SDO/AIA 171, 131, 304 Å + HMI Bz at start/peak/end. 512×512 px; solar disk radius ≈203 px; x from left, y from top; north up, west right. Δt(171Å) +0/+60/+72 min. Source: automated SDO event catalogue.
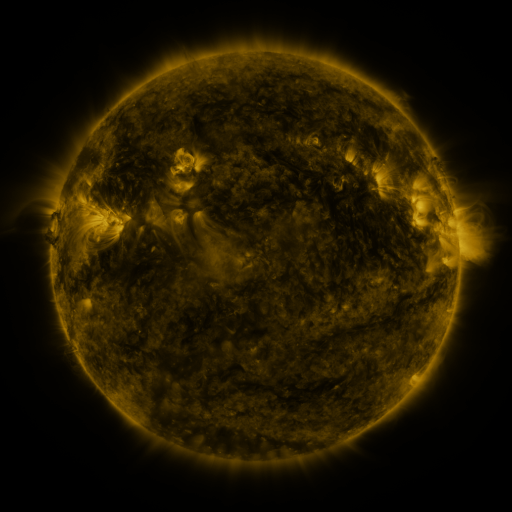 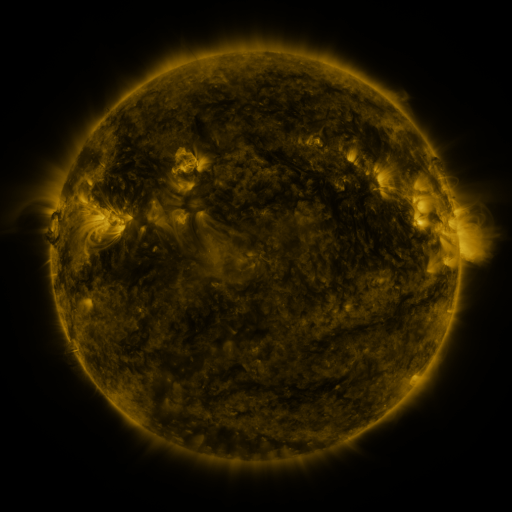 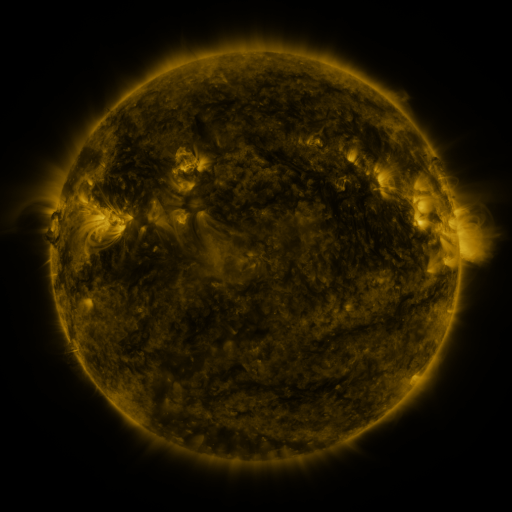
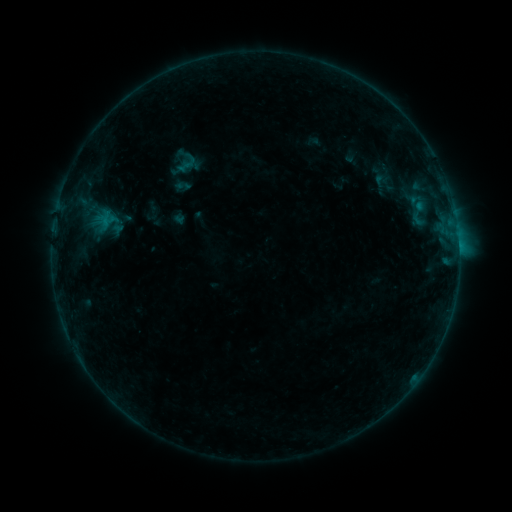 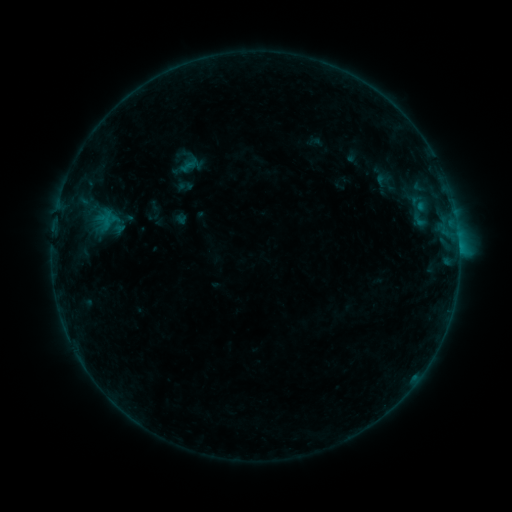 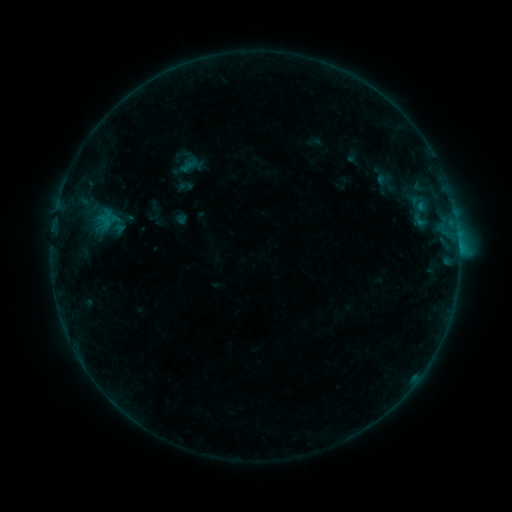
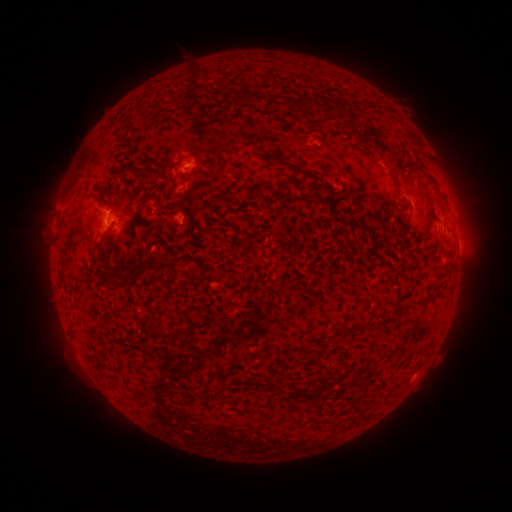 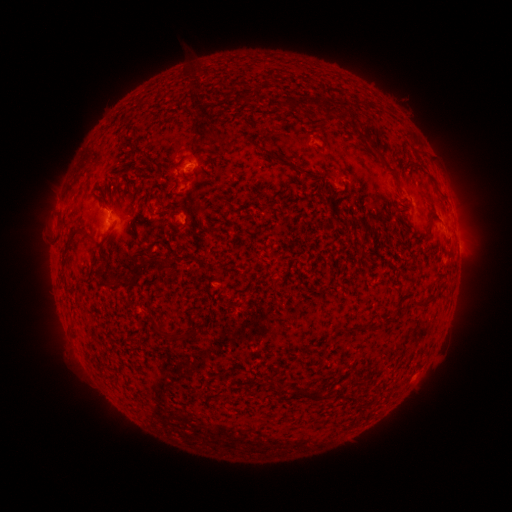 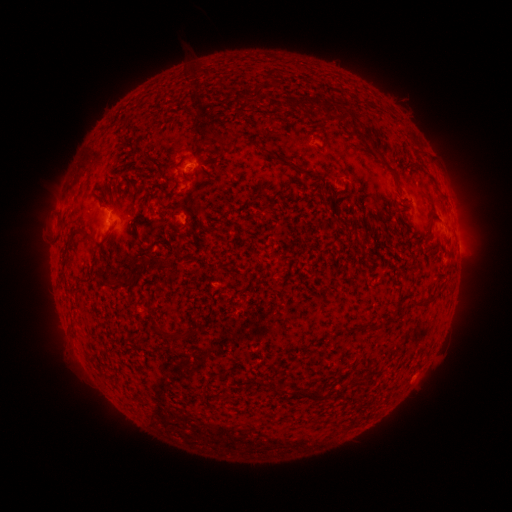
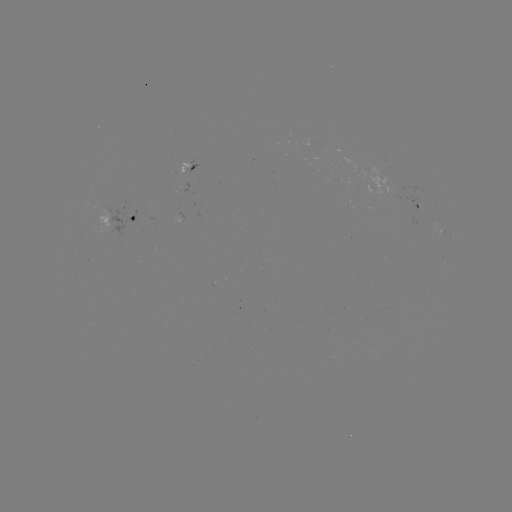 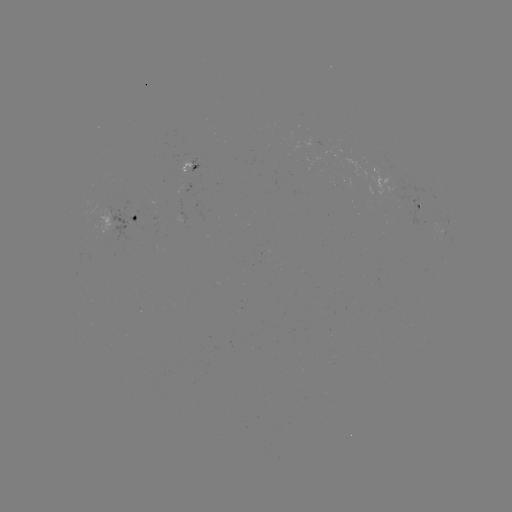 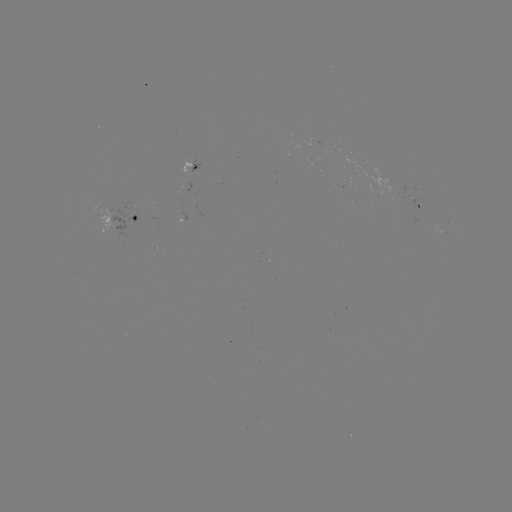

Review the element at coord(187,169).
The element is emerging-flux region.